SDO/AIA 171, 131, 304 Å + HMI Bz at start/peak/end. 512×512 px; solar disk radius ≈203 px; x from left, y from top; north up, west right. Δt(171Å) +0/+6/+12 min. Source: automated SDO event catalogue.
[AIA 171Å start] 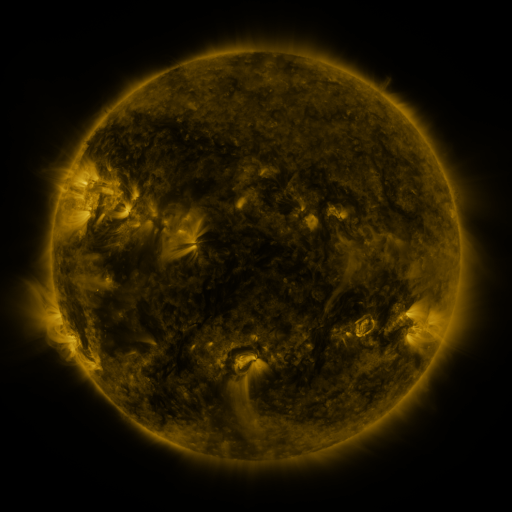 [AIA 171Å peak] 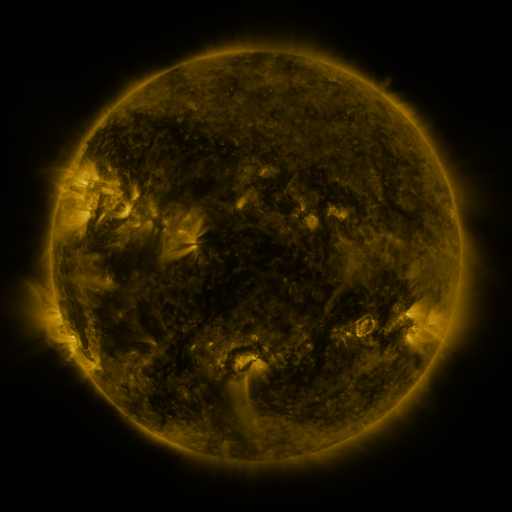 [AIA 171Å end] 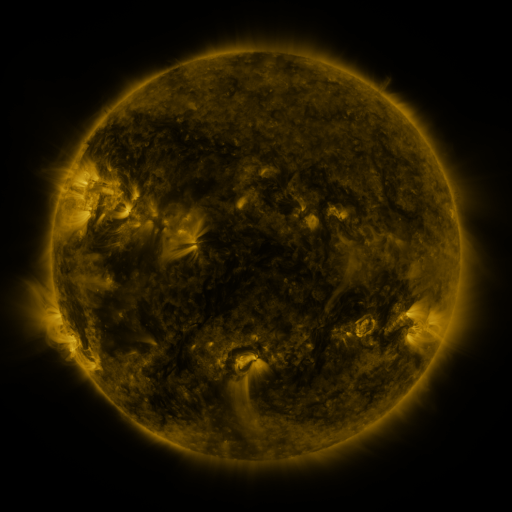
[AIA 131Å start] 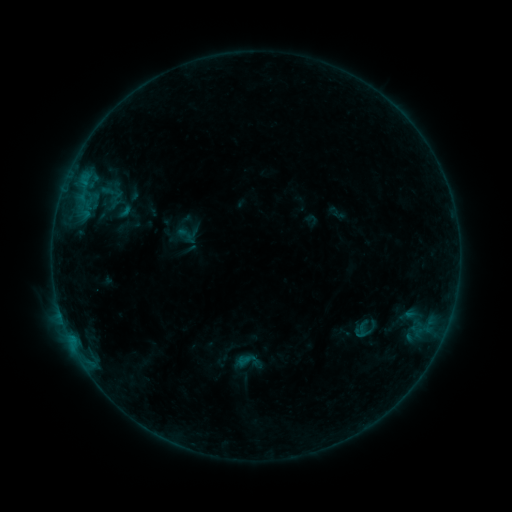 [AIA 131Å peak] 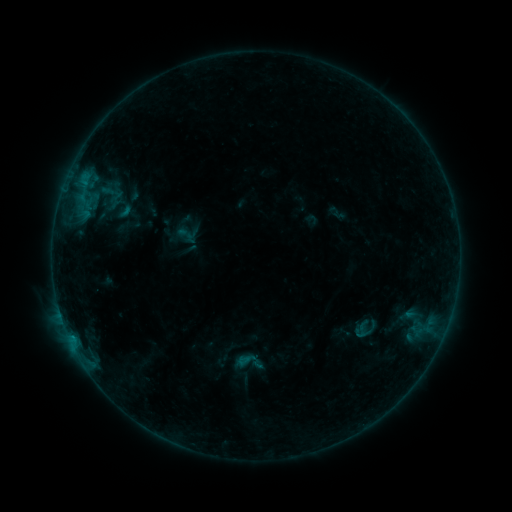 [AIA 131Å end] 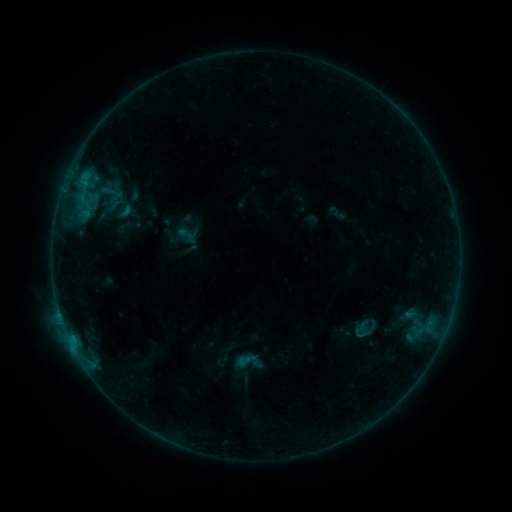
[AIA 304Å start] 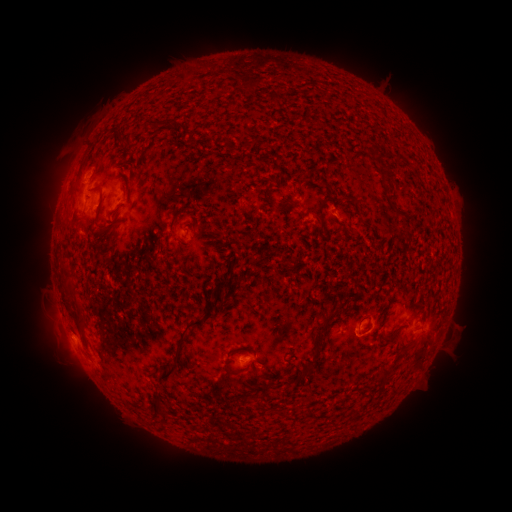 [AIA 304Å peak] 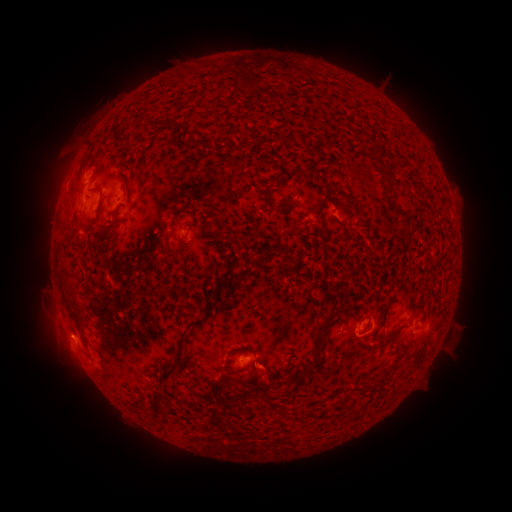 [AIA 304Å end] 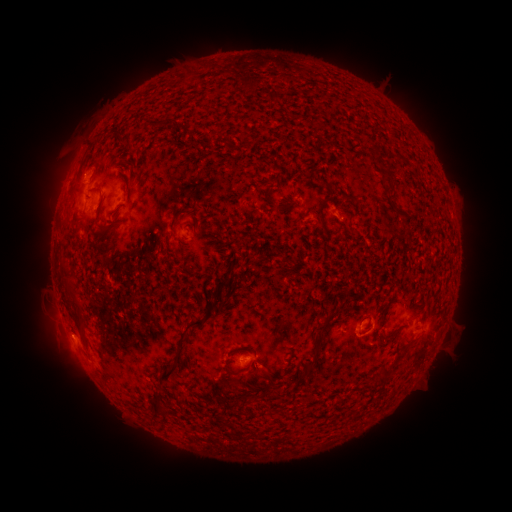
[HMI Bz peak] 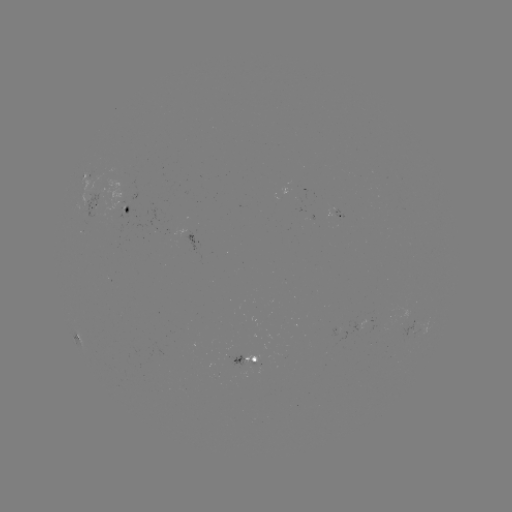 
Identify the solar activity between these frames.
eruption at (264, 378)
